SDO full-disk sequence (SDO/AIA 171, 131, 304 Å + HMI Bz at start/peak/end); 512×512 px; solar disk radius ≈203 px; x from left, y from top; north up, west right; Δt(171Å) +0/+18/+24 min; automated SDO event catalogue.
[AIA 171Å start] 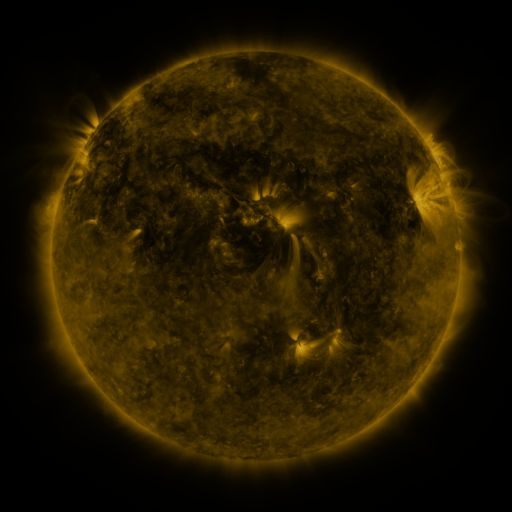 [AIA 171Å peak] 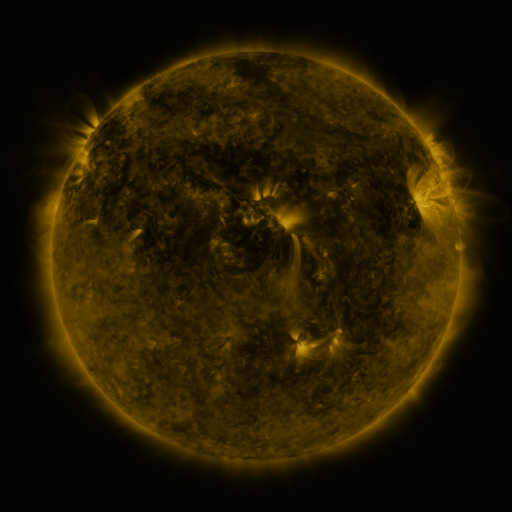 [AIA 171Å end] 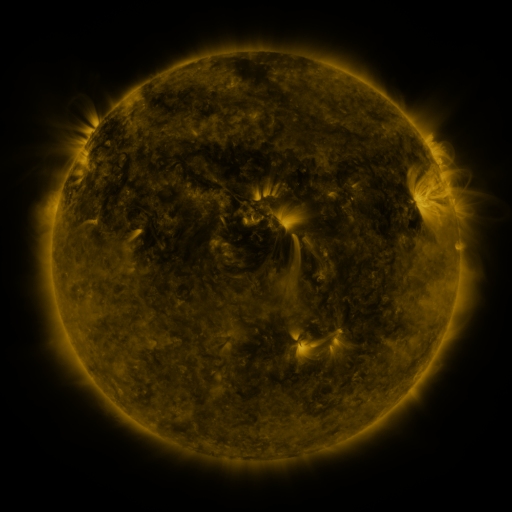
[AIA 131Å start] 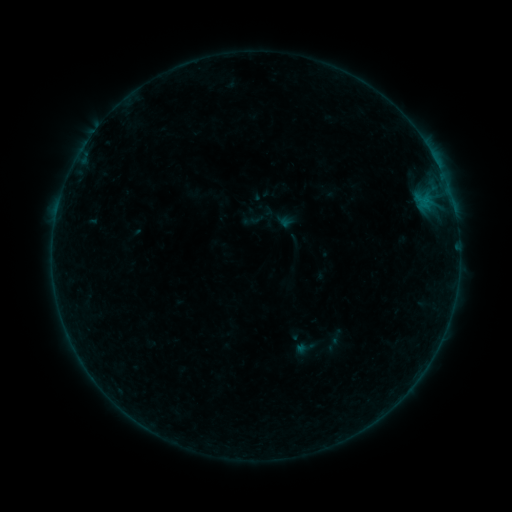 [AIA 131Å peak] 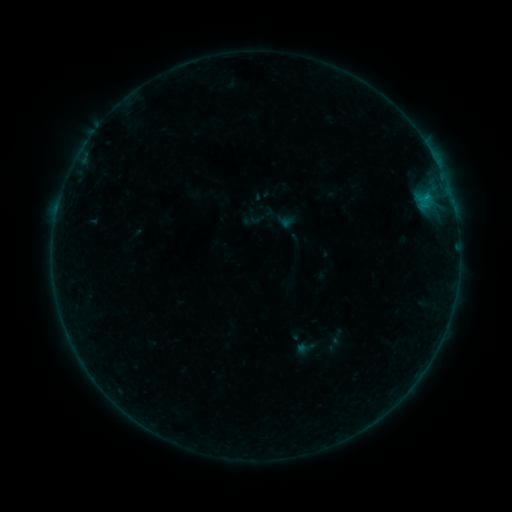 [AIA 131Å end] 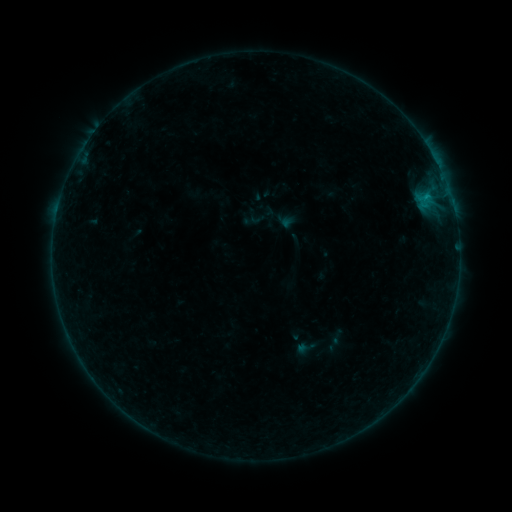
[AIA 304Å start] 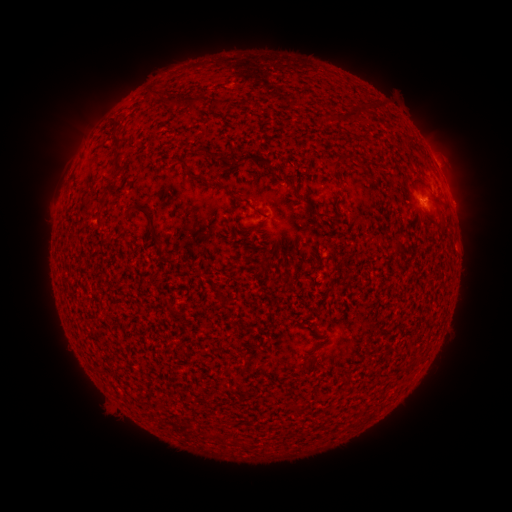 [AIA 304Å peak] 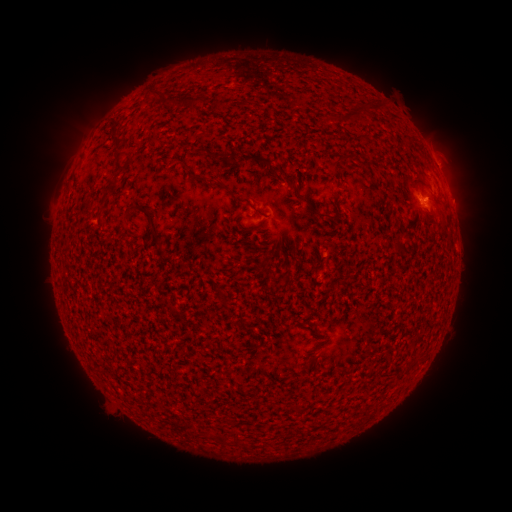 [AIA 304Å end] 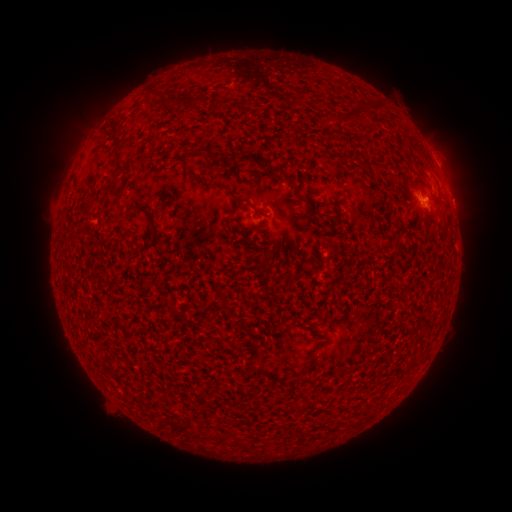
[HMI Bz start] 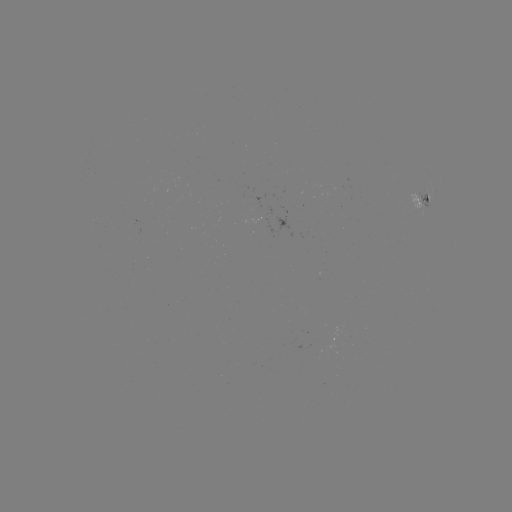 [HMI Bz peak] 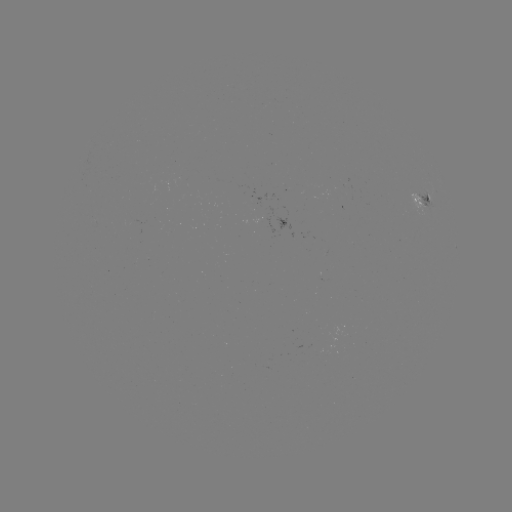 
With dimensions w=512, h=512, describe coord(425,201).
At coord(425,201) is B3.5 flare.